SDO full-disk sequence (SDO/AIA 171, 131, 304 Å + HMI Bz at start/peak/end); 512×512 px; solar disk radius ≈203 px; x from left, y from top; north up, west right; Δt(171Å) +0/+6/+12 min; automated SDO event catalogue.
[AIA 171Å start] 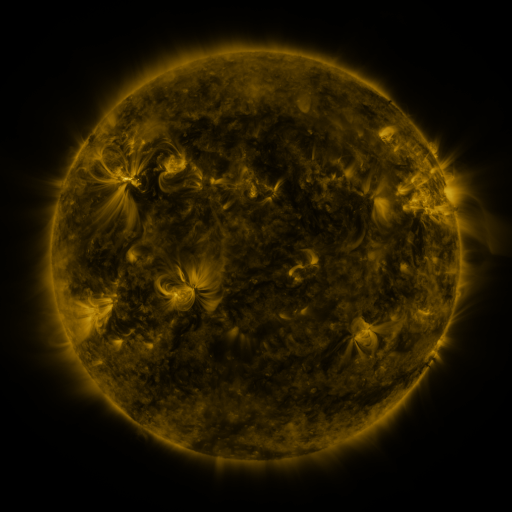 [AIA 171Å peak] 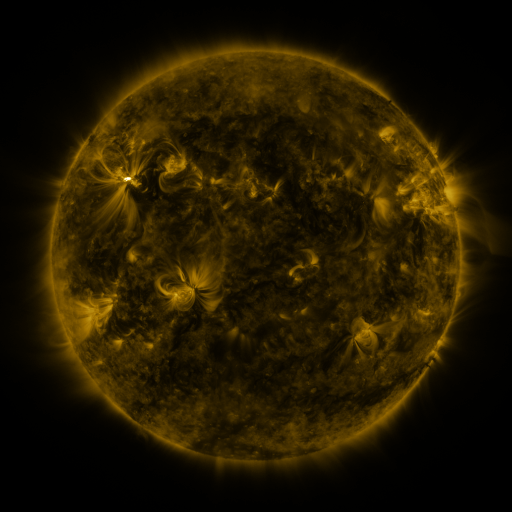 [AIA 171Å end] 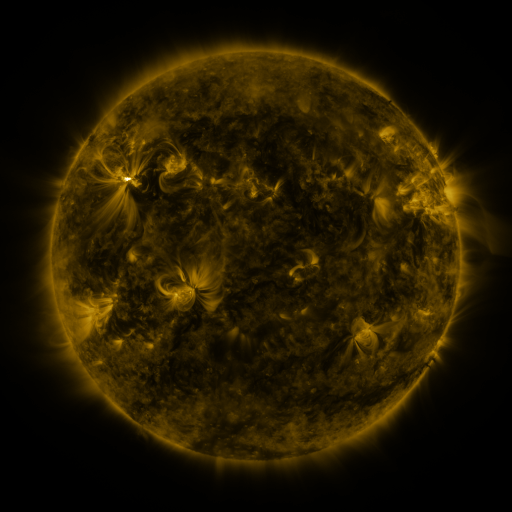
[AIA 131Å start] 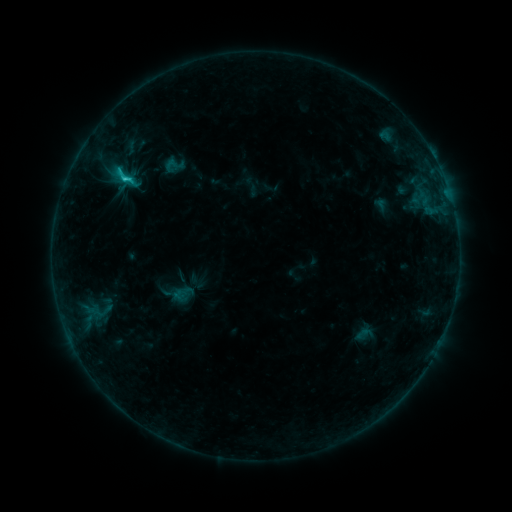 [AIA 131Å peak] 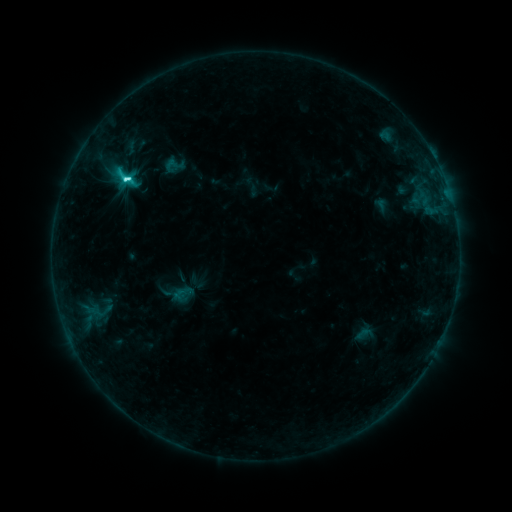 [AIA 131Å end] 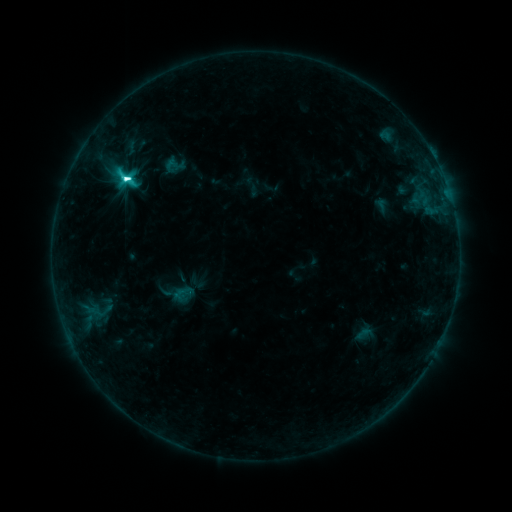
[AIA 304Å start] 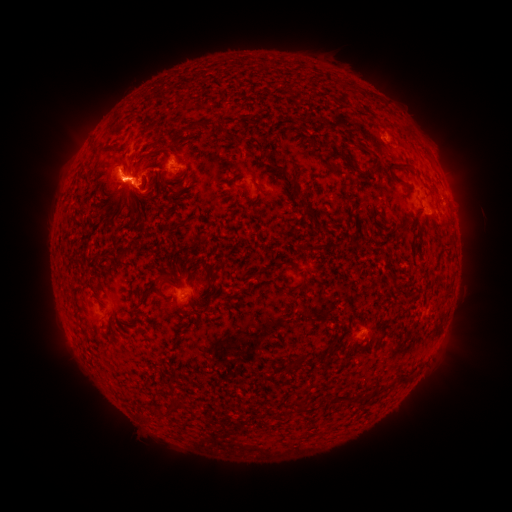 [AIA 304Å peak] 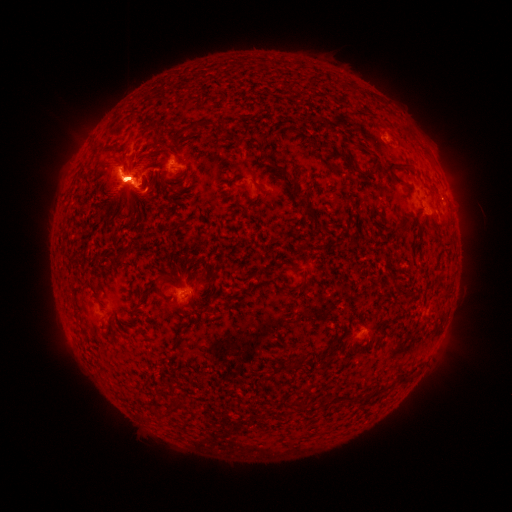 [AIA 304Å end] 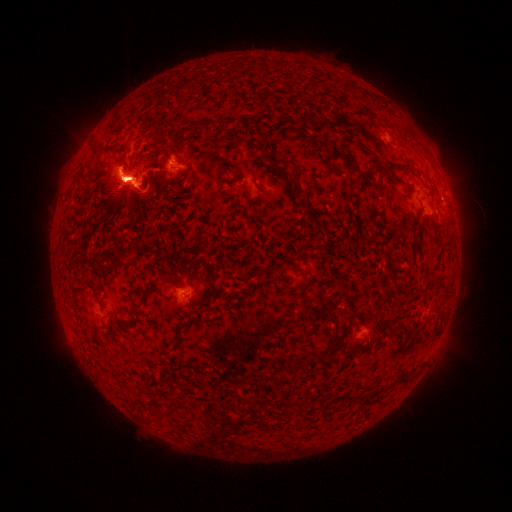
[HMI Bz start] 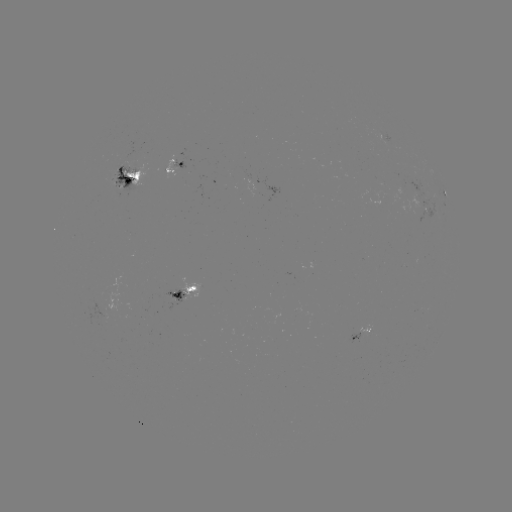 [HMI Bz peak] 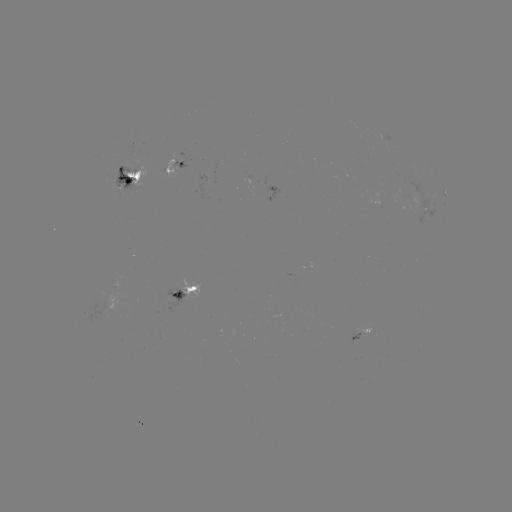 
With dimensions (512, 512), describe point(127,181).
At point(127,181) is M1.2 flare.